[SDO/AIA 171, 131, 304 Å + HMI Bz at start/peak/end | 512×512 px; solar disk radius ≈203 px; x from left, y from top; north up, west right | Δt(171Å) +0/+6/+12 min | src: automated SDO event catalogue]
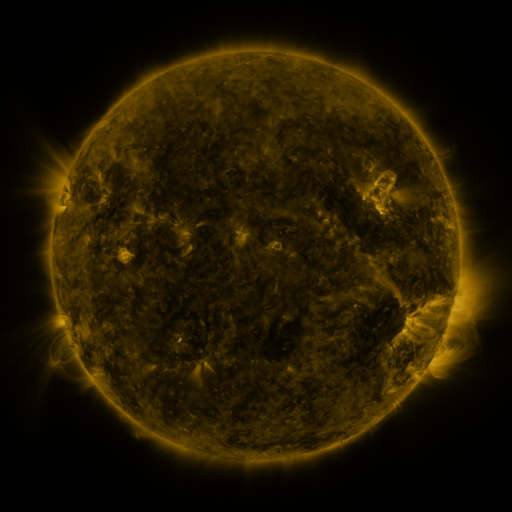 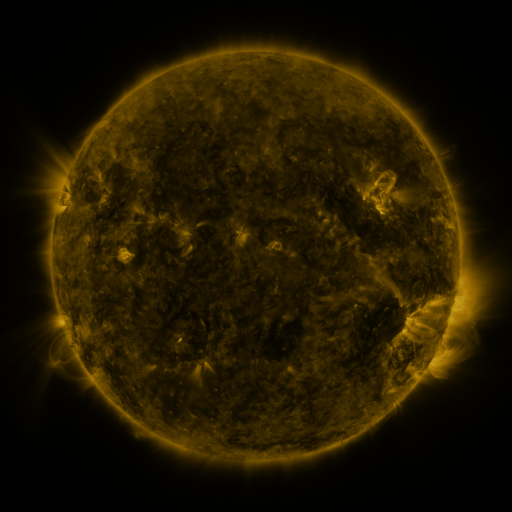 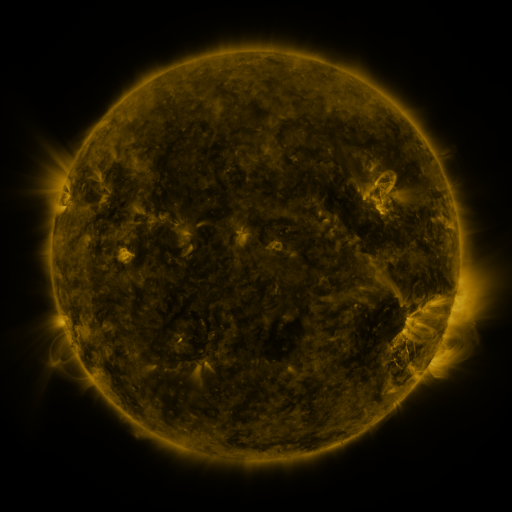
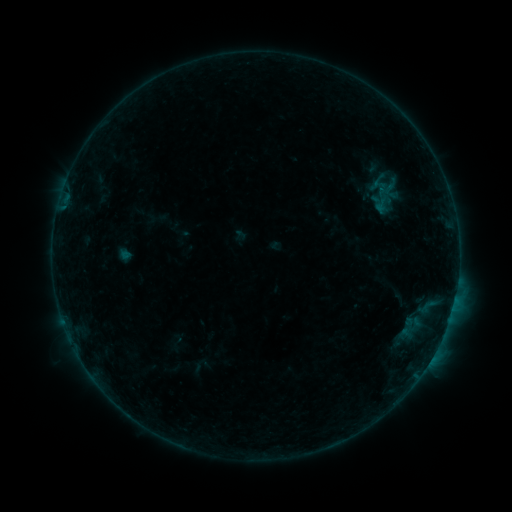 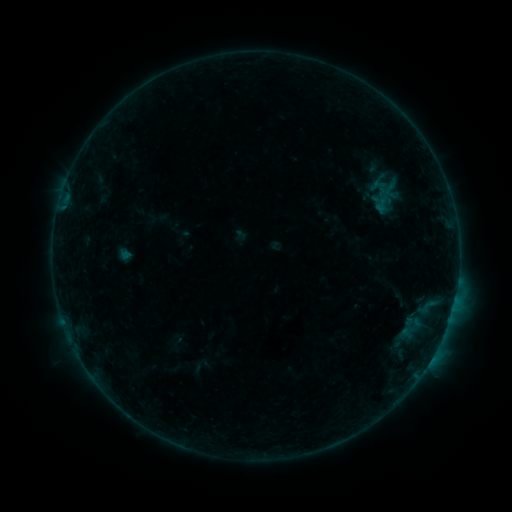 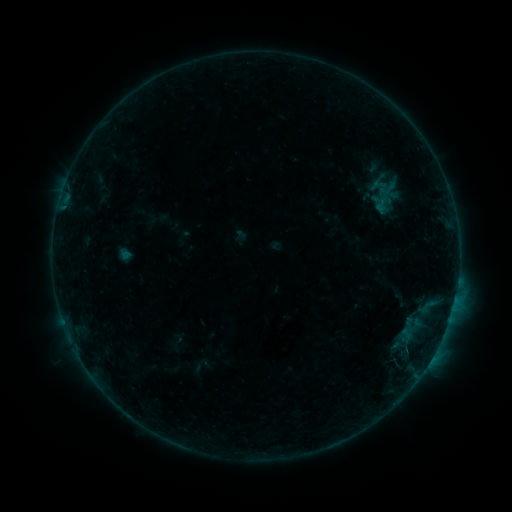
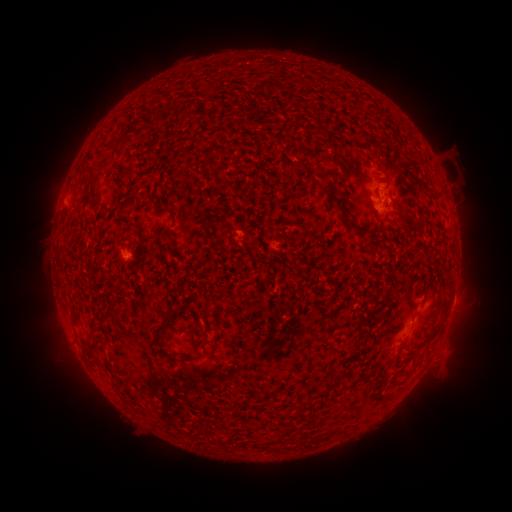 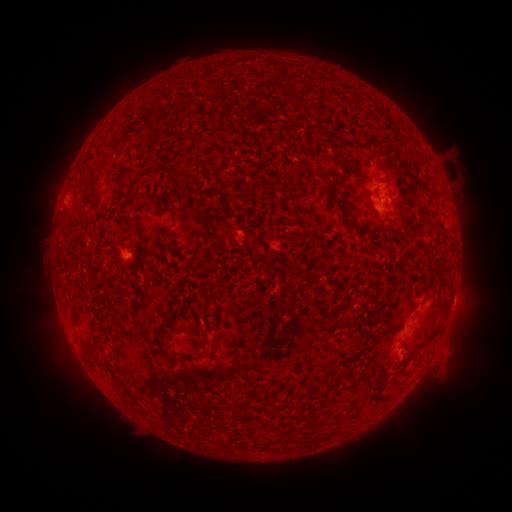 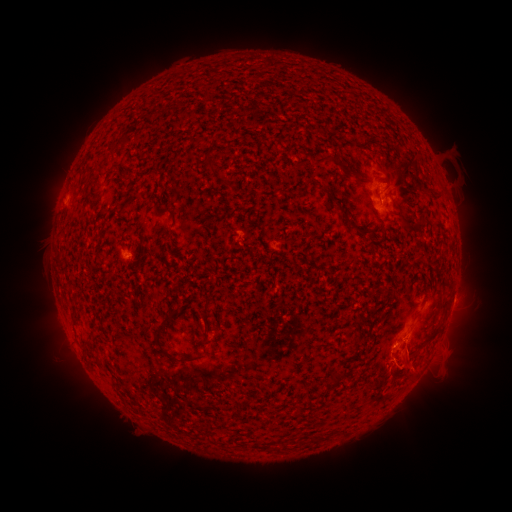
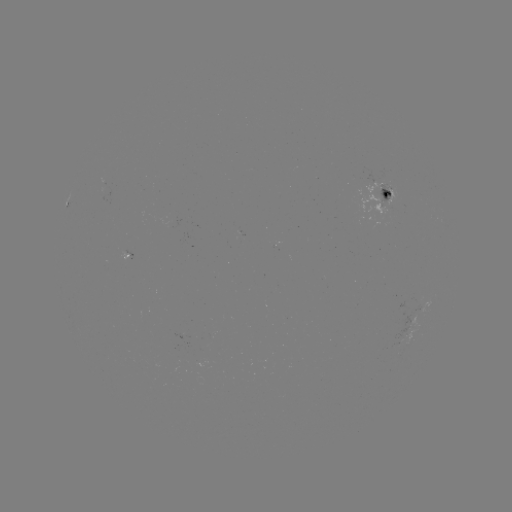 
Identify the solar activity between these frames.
eruption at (456, 361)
